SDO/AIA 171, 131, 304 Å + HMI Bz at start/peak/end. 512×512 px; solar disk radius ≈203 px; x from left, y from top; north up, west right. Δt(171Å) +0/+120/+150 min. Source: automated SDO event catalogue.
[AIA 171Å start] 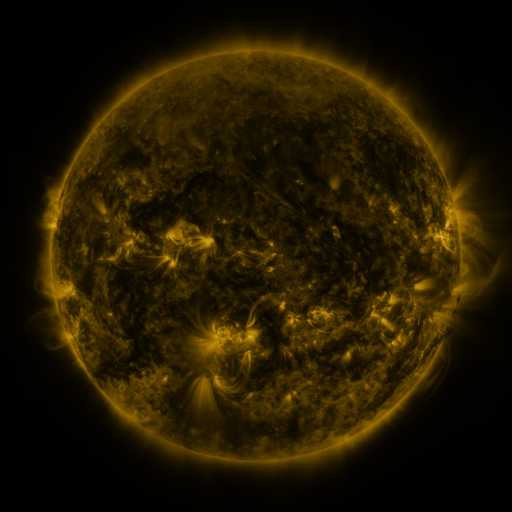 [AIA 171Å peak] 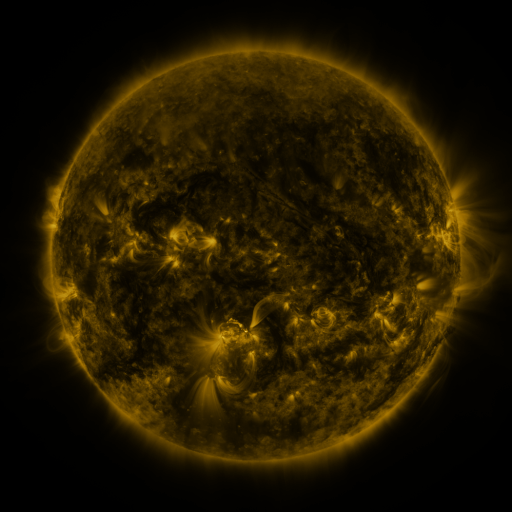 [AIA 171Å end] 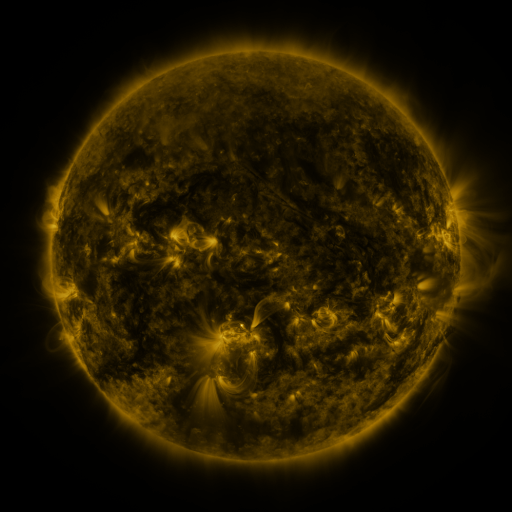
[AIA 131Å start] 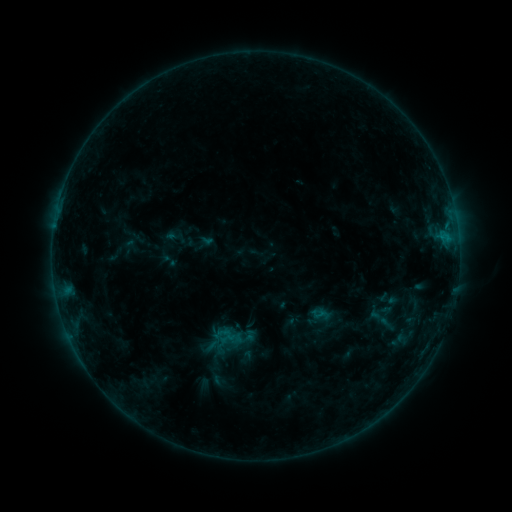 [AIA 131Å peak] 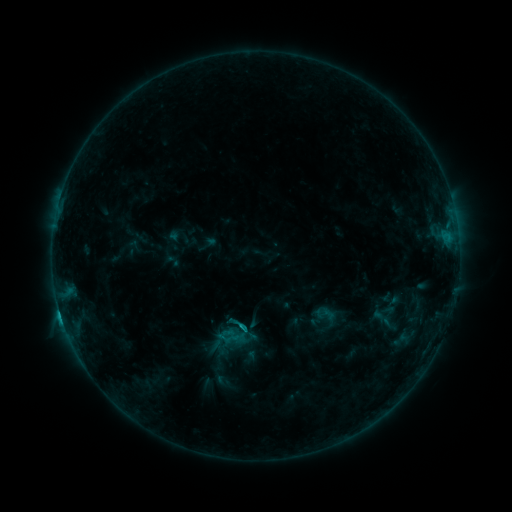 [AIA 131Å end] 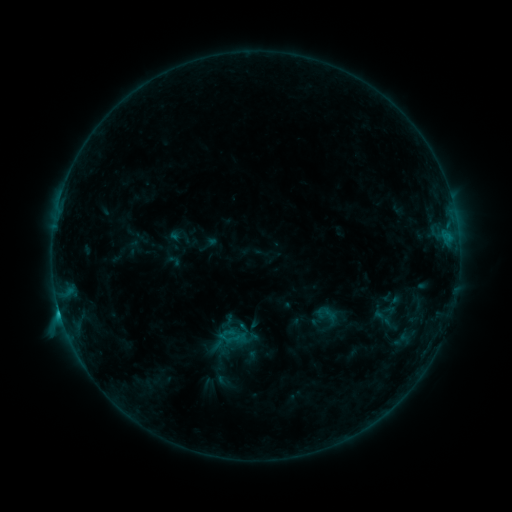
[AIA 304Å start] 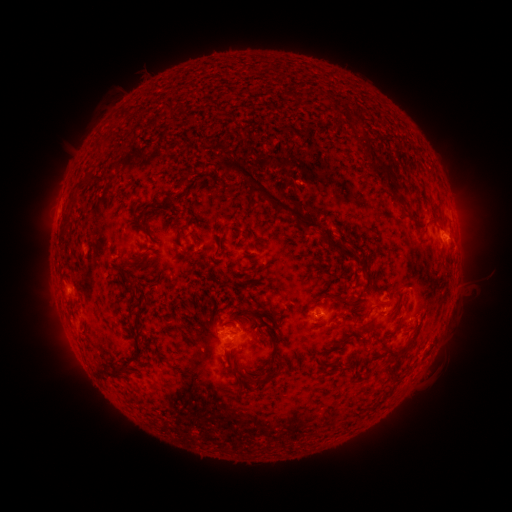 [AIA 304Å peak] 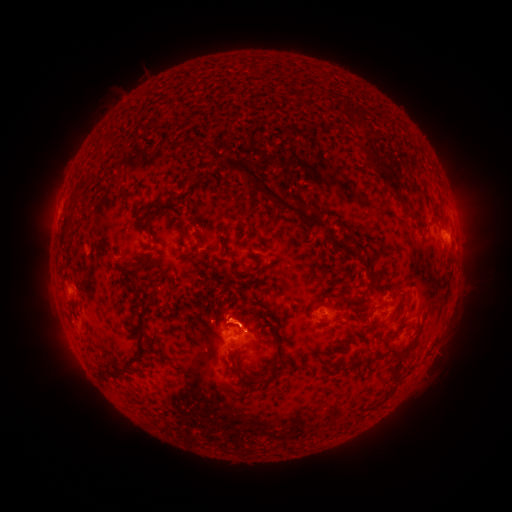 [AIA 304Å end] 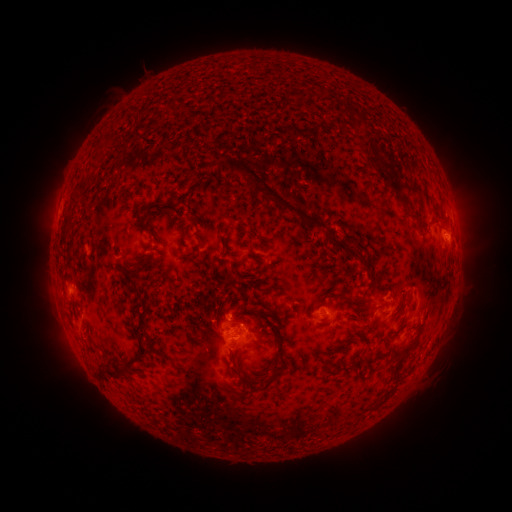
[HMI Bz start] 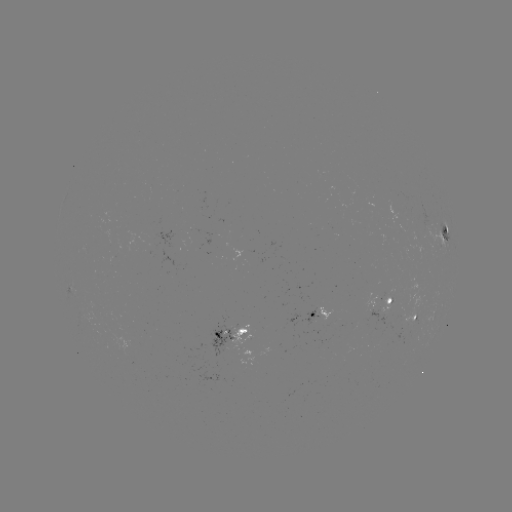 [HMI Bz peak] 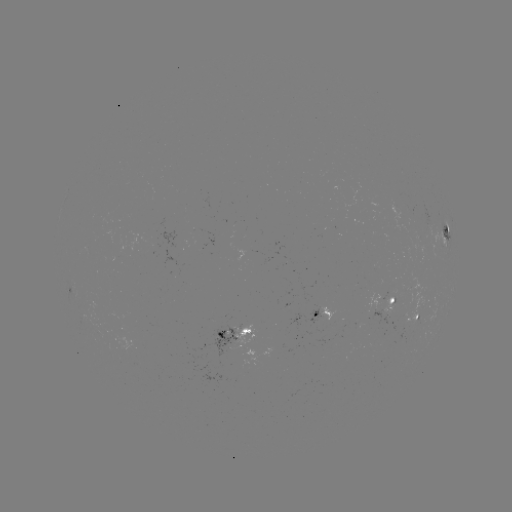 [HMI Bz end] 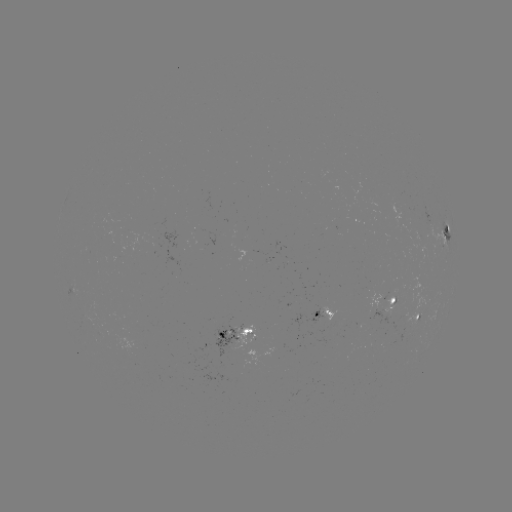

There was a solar flare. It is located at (242, 326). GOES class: C1.8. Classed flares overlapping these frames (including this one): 2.